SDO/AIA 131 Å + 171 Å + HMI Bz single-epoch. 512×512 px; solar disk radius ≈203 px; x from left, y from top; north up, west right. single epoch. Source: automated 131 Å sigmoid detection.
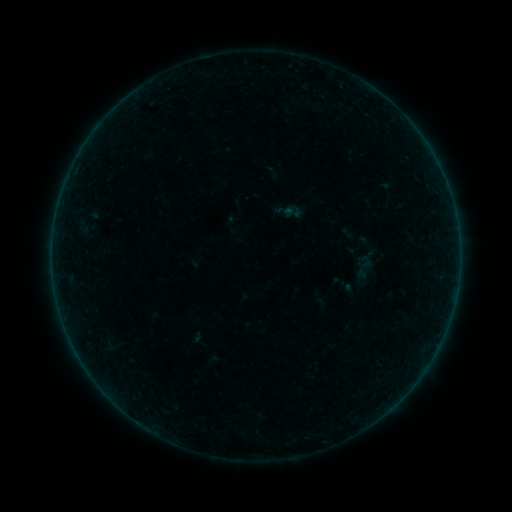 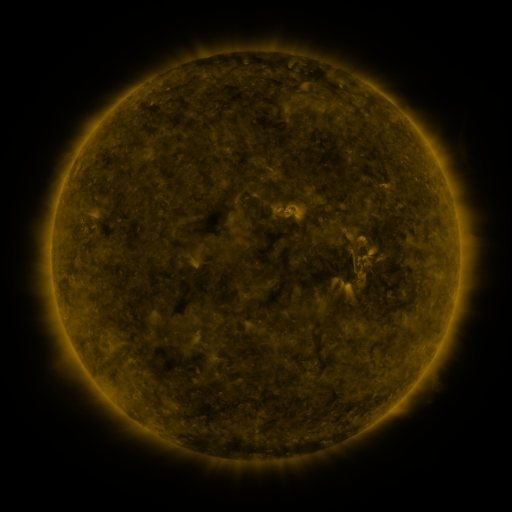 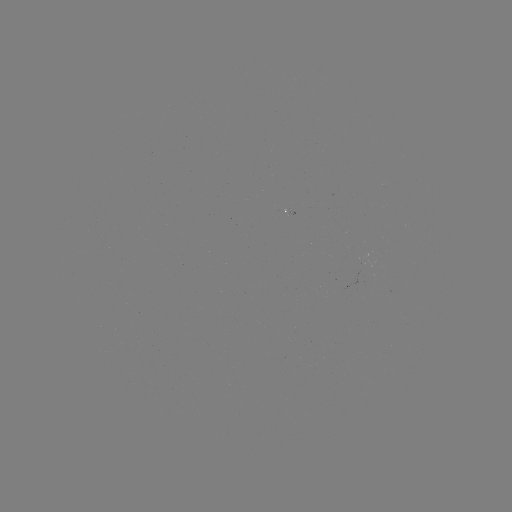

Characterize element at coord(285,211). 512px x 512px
sigmoid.